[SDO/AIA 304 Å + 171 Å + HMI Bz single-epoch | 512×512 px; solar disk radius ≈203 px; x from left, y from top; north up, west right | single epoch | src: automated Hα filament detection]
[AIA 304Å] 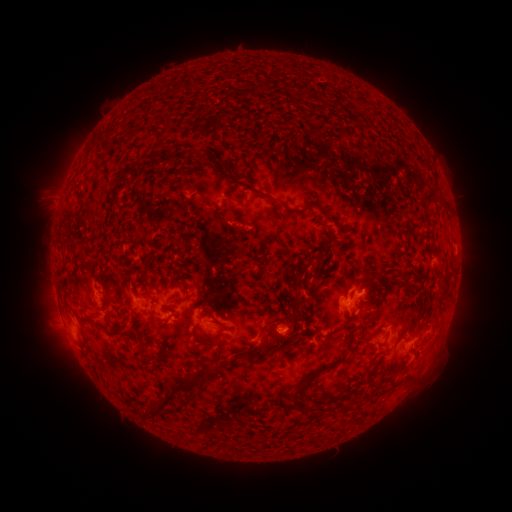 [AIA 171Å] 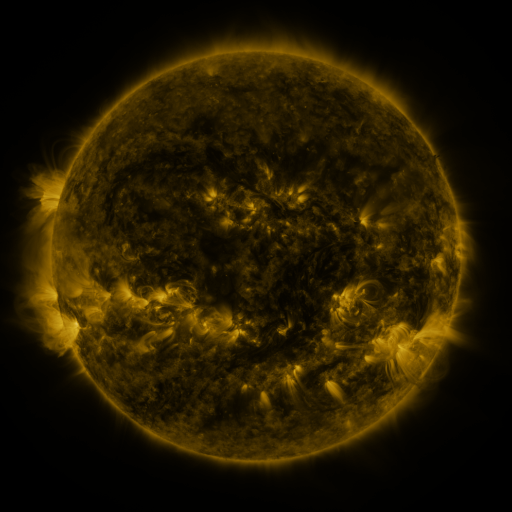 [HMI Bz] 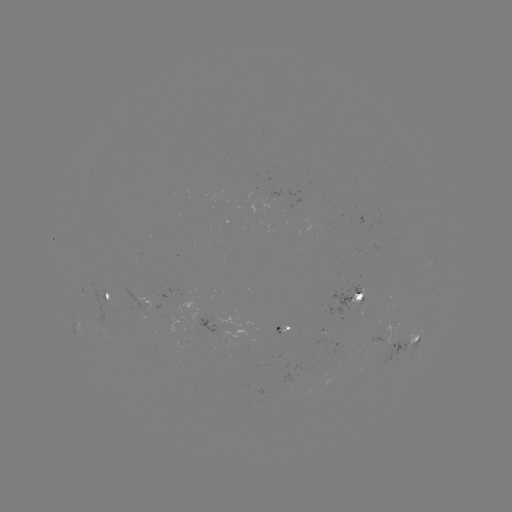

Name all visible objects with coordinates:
filament: [192, 157, 204, 168]
filament: [253, 189, 296, 215]
filament: [420, 189, 433, 201]
filament: [409, 220, 420, 228]
filament: [333, 236, 346, 245]
filament: [318, 252, 325, 264]
filament: [101, 278, 112, 314]
filament: [397, 279, 410, 288]
filament: [366, 280, 381, 291]
filament: [438, 281, 449, 294]
filament: [143, 289, 155, 297]
filament: [169, 294, 183, 304]
filament: [288, 296, 303, 327]
filament: [149, 308, 163, 323]
filament: [198, 308, 218, 321]
filament: [226, 308, 231, 317]
filament: [81, 317, 101, 329]
filament: [348, 318, 366, 334]
filament: [192, 324, 226, 346]
filament: [106, 331, 131, 340]
filament: [292, 332, 301, 344]
filament: [362, 333, 372, 340]
filament: [241, 344, 264, 357]
filament: [295, 353, 348, 398]
filament: [151, 359, 233, 416]
filament: [365, 374, 389, 388]
filament: [299, 404, 309, 413]
